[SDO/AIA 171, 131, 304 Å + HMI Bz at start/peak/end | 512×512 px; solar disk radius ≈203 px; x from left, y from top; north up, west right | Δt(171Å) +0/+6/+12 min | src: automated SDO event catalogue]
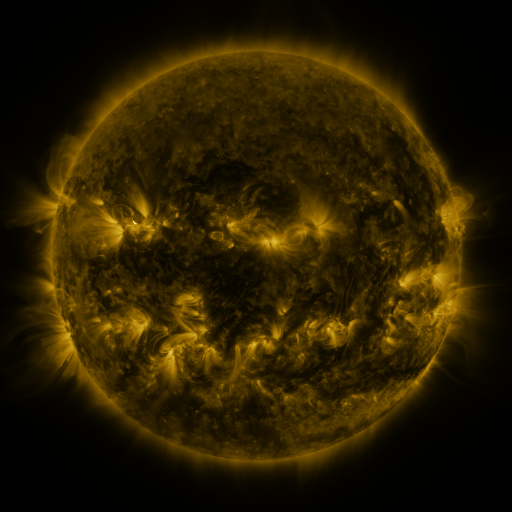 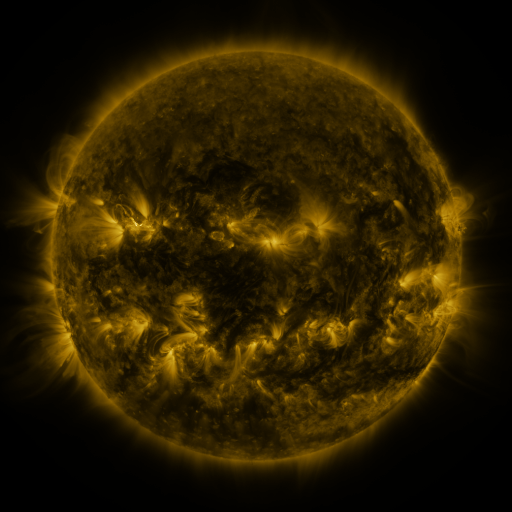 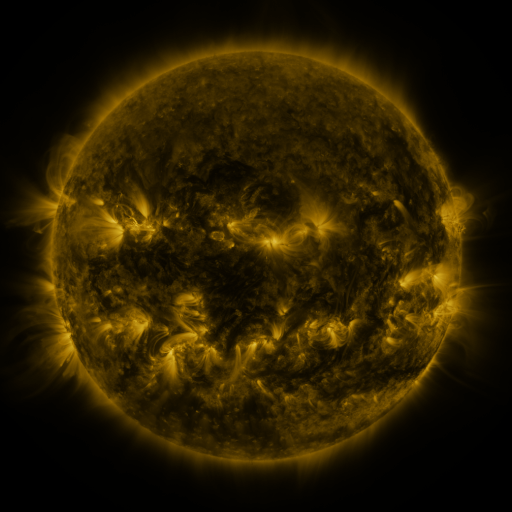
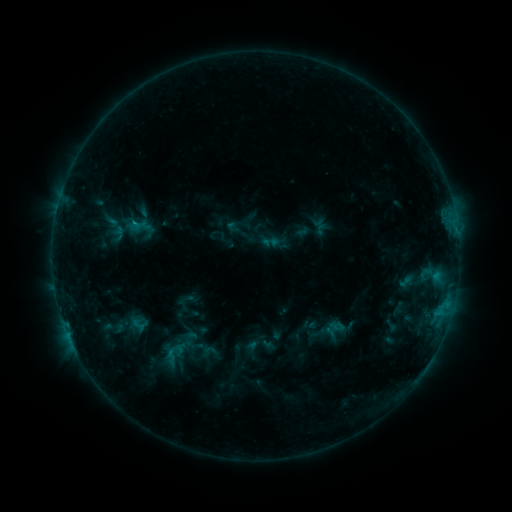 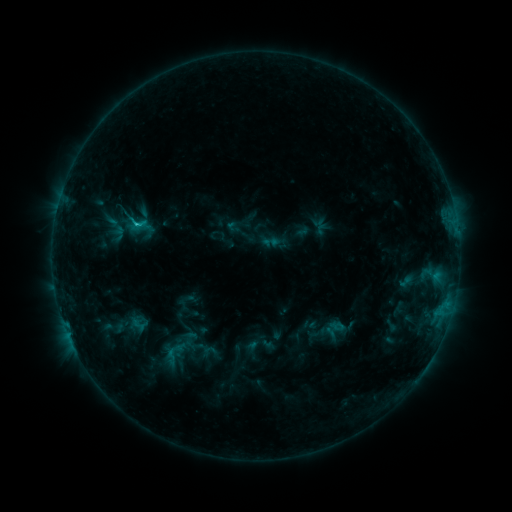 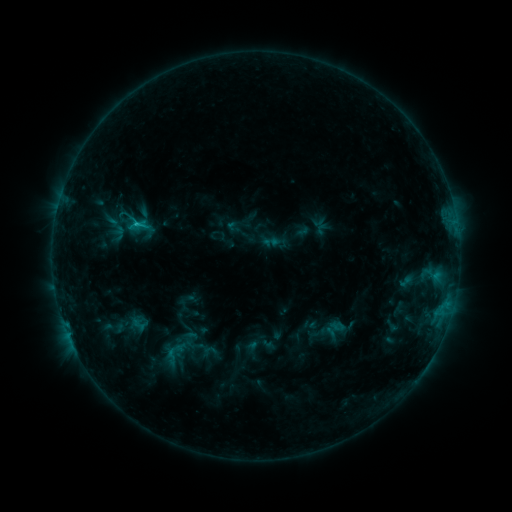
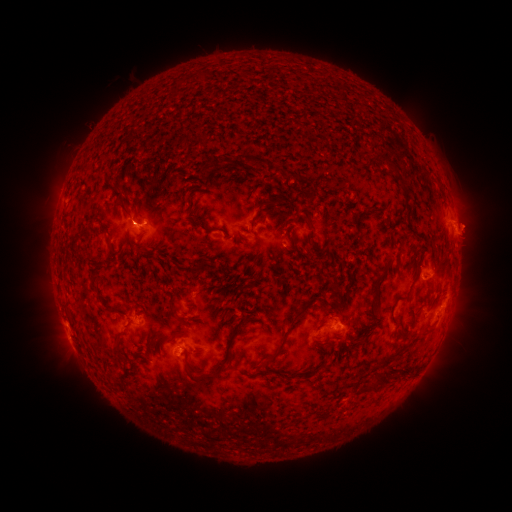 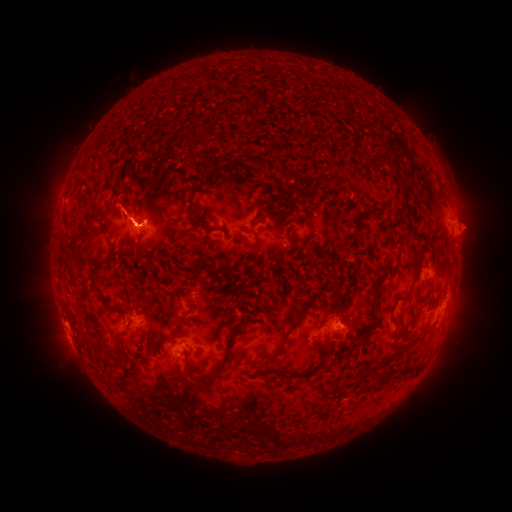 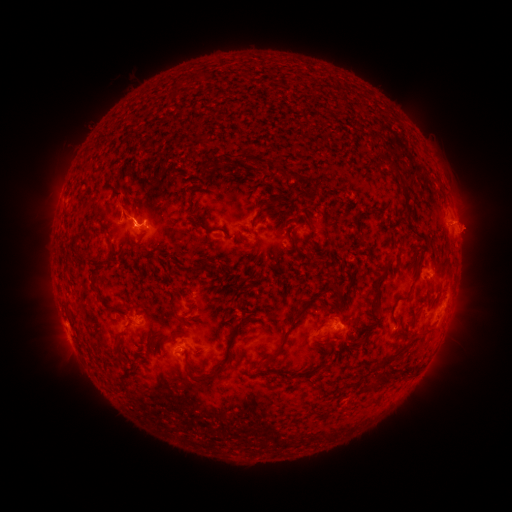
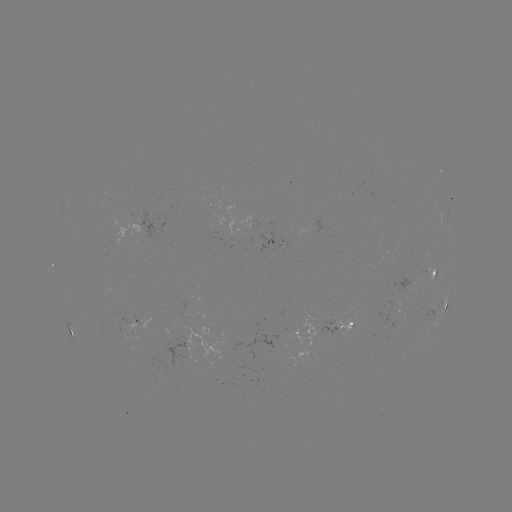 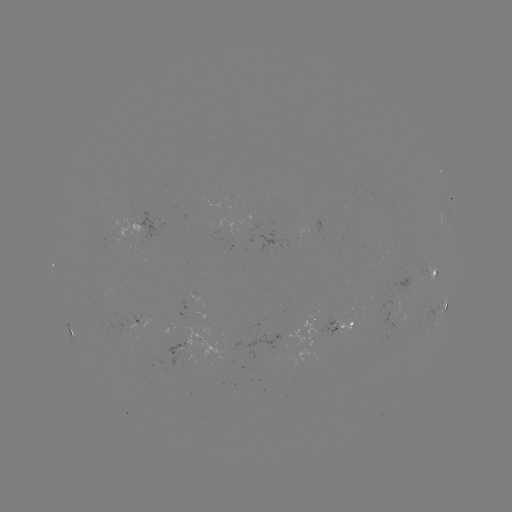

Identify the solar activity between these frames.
eruption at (134, 208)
